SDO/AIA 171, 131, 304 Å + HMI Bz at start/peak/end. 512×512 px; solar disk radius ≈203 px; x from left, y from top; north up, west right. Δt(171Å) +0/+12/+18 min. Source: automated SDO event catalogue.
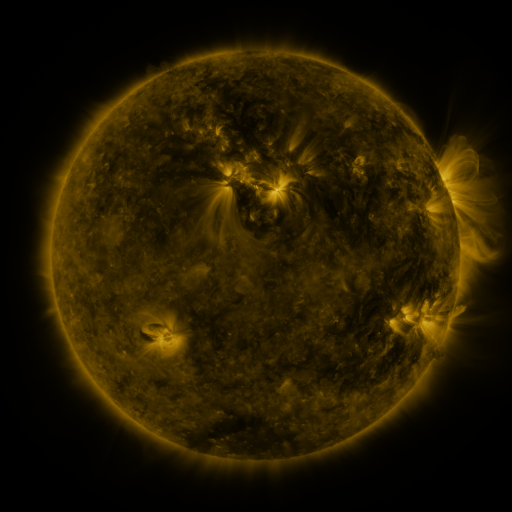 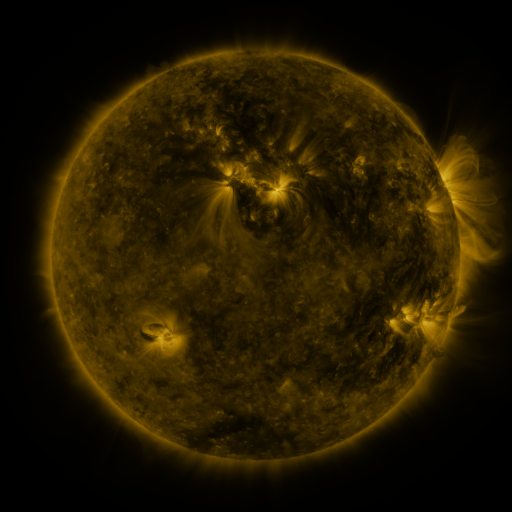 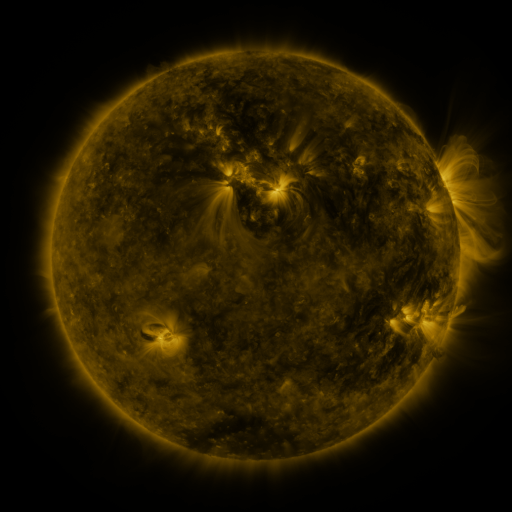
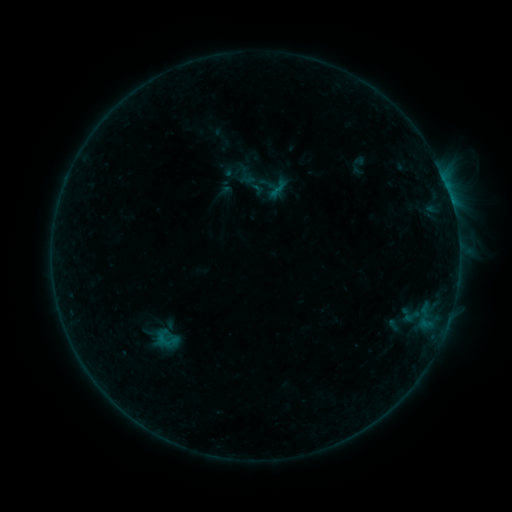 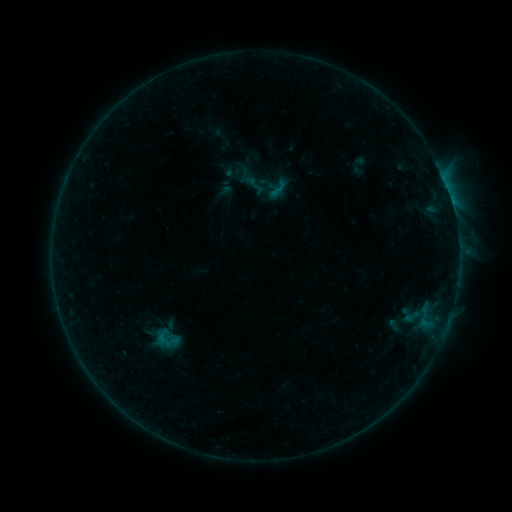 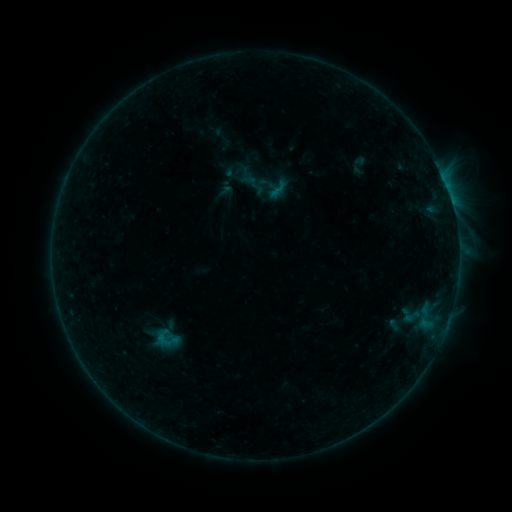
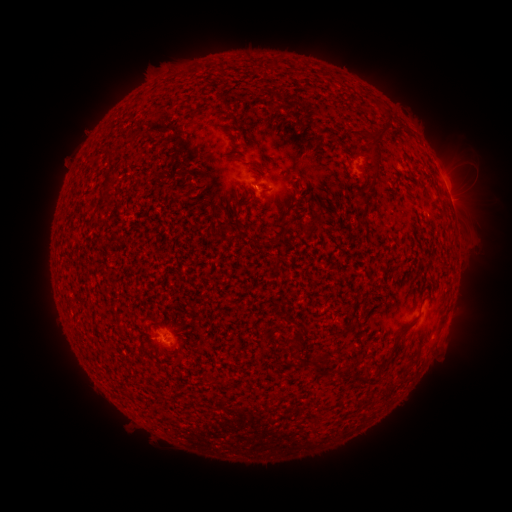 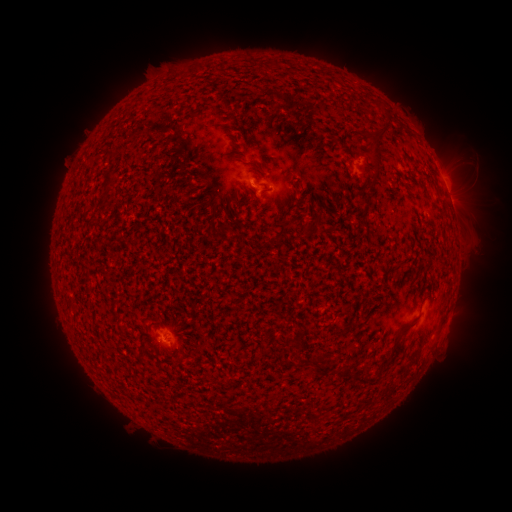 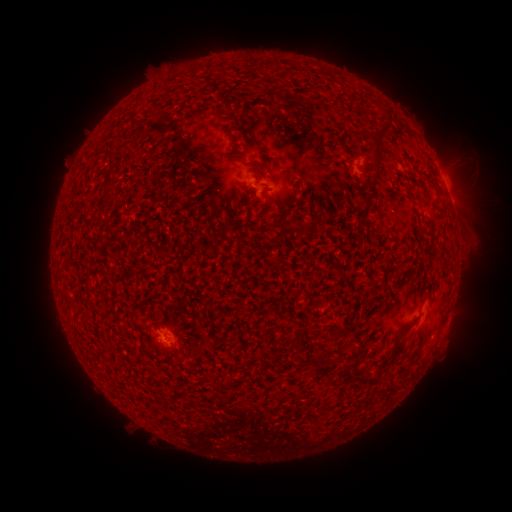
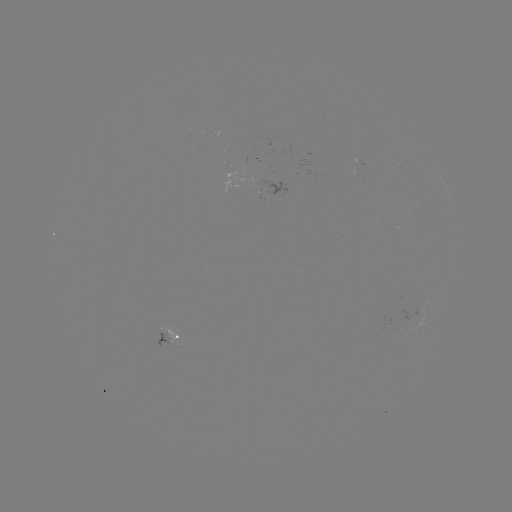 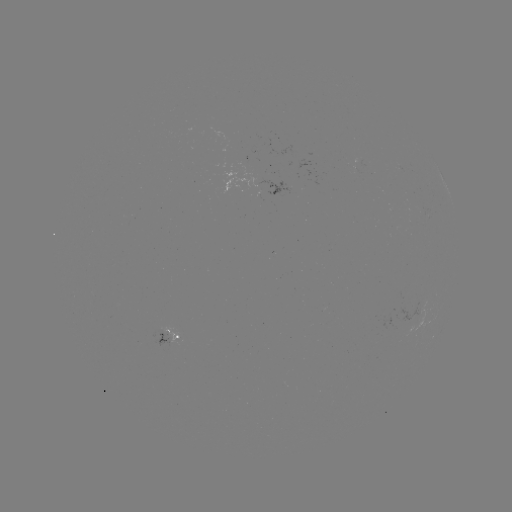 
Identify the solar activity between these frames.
no classed flare was catalogued and no EUV brightening was flagged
